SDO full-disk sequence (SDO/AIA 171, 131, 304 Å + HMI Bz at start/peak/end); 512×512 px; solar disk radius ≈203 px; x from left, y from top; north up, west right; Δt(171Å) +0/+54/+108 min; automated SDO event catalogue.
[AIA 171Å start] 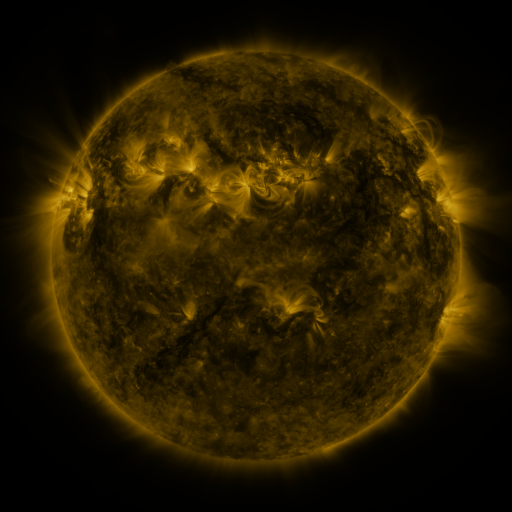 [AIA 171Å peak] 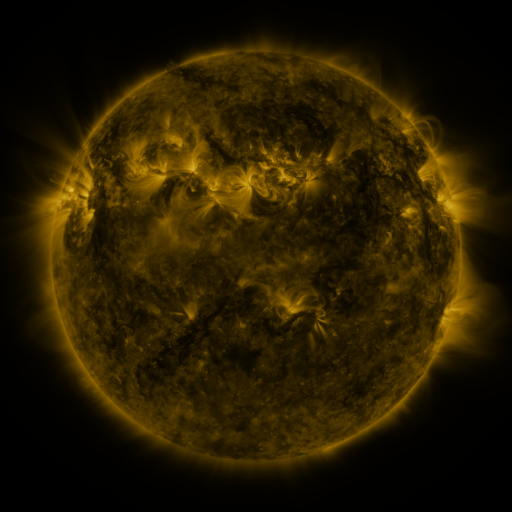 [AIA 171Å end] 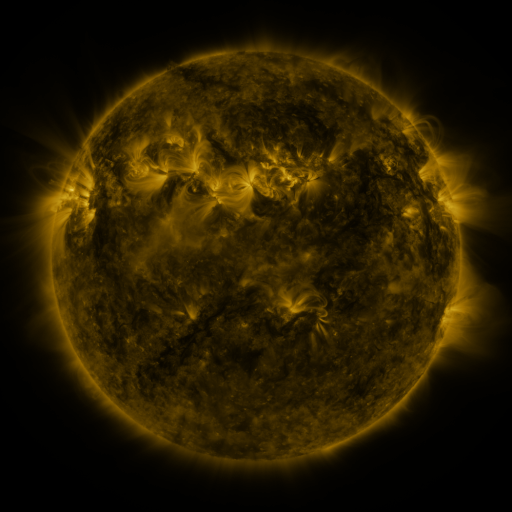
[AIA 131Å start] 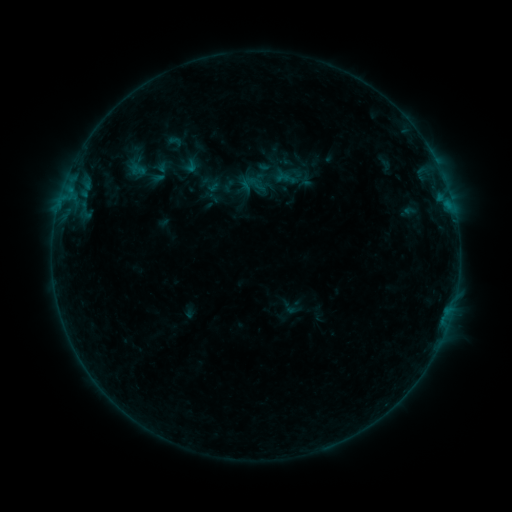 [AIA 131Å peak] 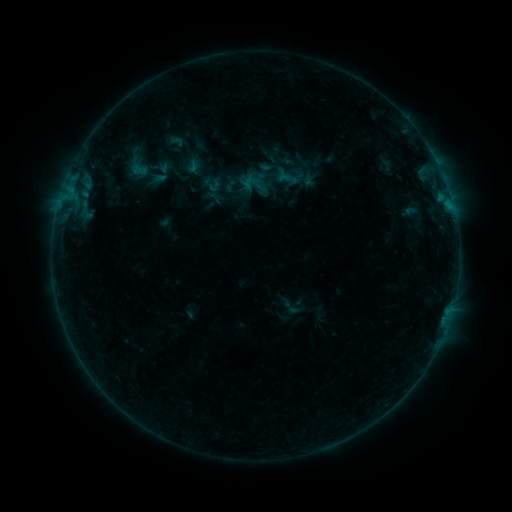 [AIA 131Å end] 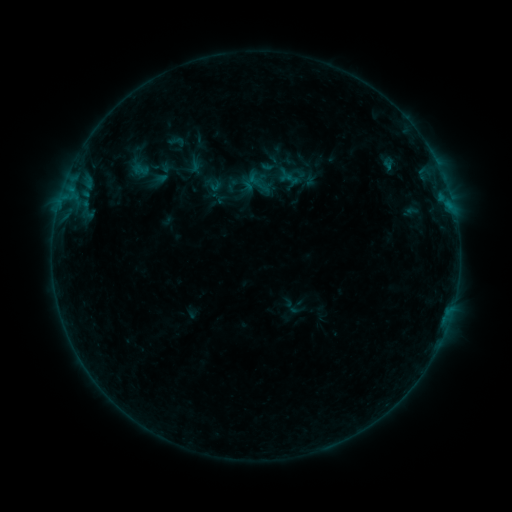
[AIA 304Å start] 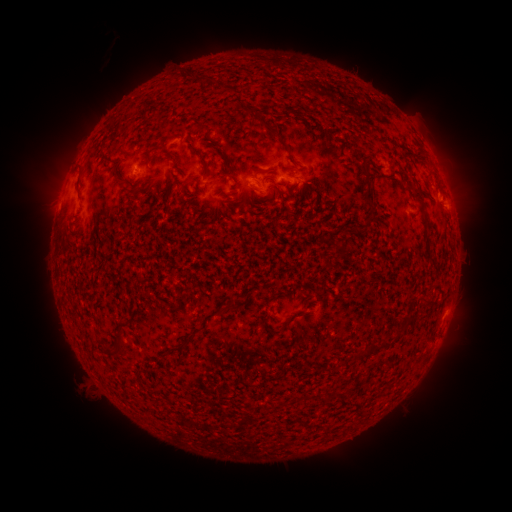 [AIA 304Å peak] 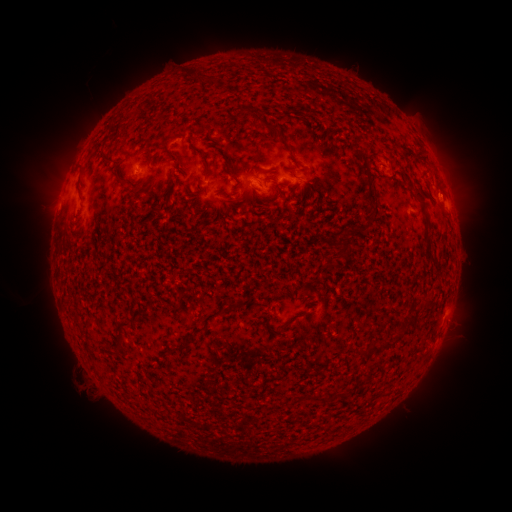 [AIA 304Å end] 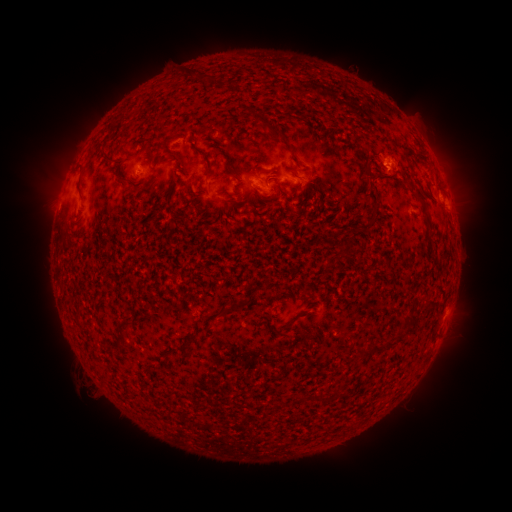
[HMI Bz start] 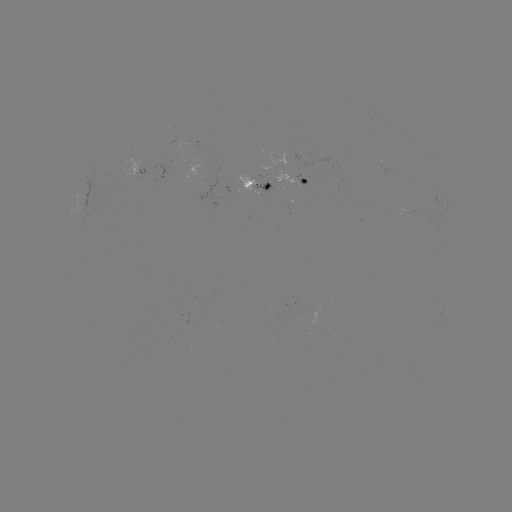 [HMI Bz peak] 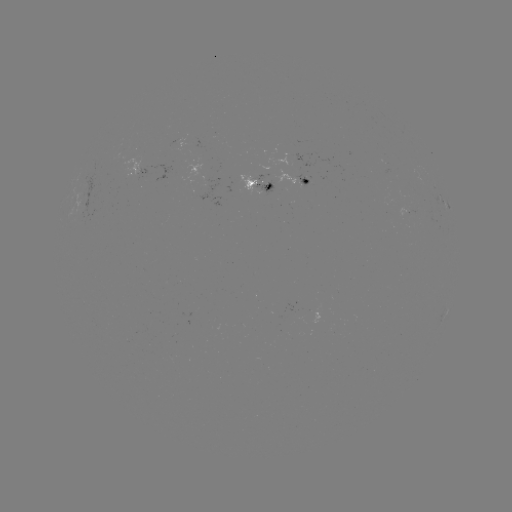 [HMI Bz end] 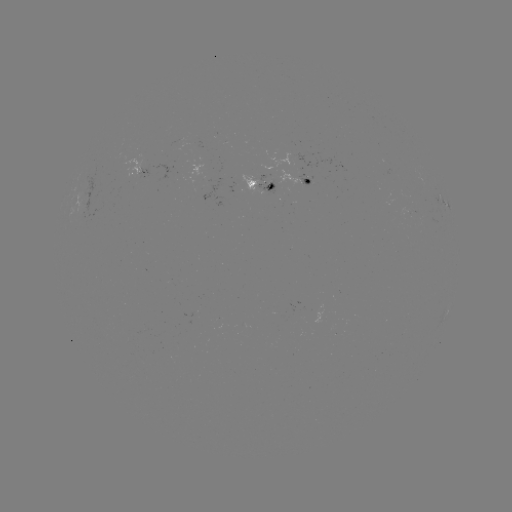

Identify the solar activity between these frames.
filament eruption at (27, 279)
